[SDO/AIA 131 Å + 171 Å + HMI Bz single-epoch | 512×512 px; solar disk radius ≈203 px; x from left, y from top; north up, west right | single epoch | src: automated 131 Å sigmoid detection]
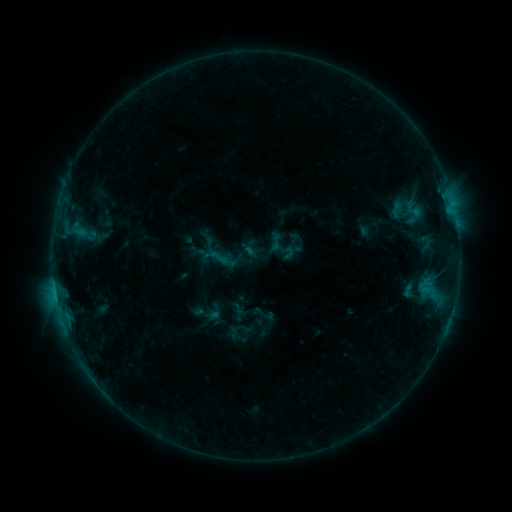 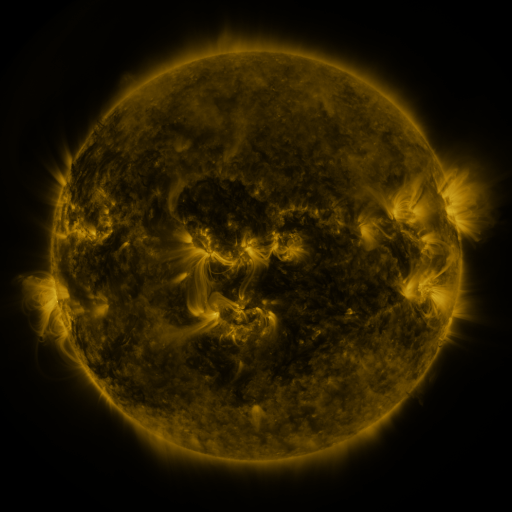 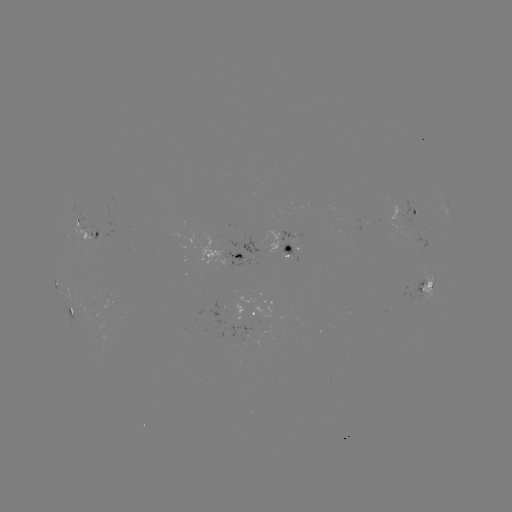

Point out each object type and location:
sigmoid: <bbox>208, 247, 230, 269</bbox>
